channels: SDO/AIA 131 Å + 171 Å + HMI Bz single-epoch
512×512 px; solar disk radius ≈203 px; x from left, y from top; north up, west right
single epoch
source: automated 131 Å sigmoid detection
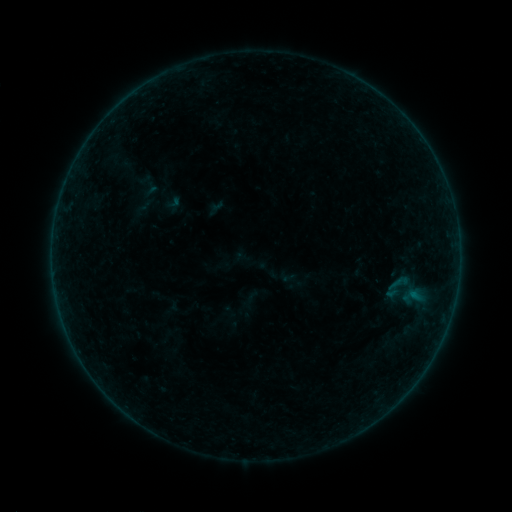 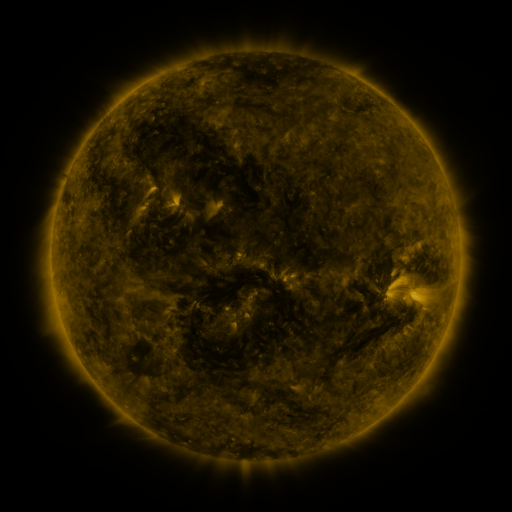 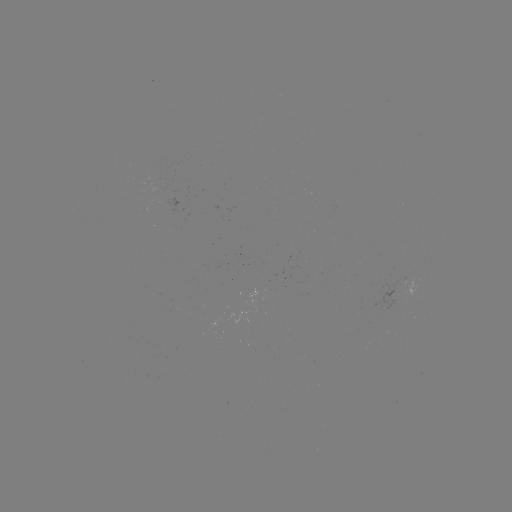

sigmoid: (137, 174, 162, 200)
